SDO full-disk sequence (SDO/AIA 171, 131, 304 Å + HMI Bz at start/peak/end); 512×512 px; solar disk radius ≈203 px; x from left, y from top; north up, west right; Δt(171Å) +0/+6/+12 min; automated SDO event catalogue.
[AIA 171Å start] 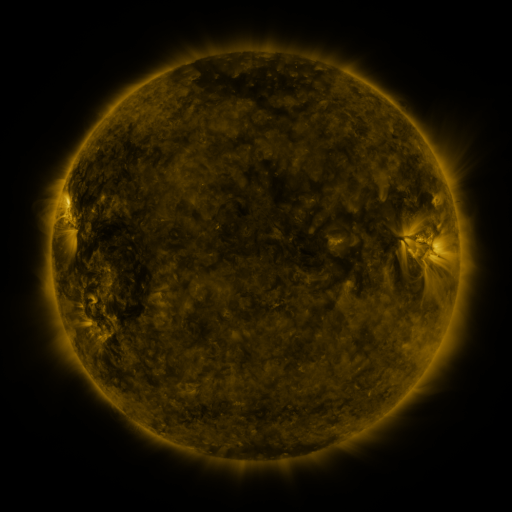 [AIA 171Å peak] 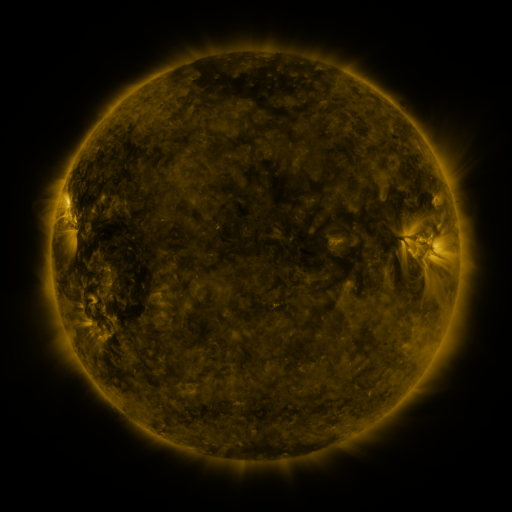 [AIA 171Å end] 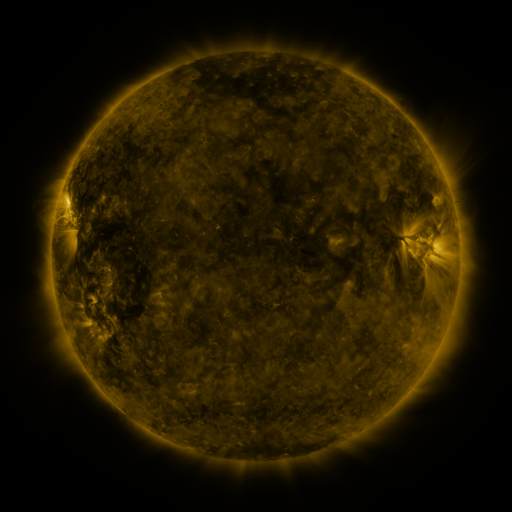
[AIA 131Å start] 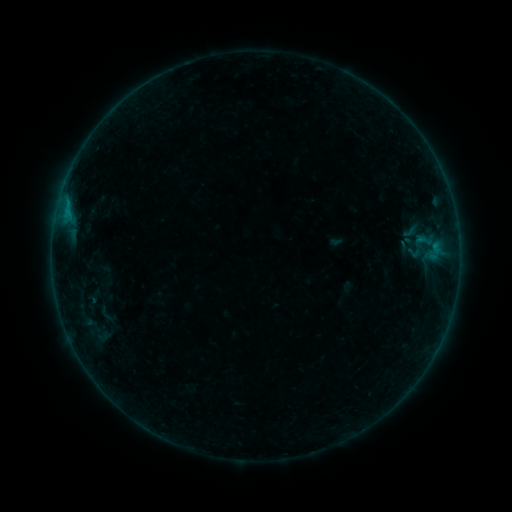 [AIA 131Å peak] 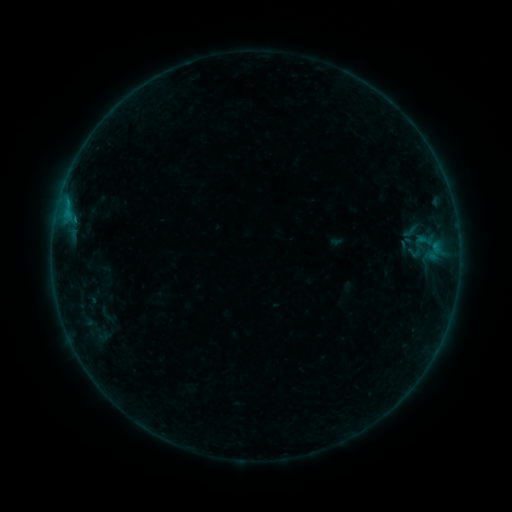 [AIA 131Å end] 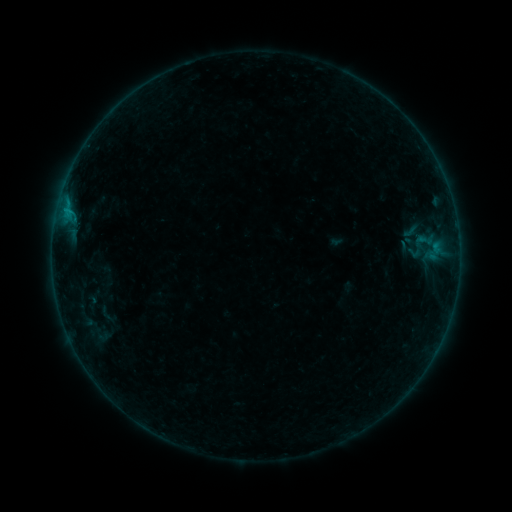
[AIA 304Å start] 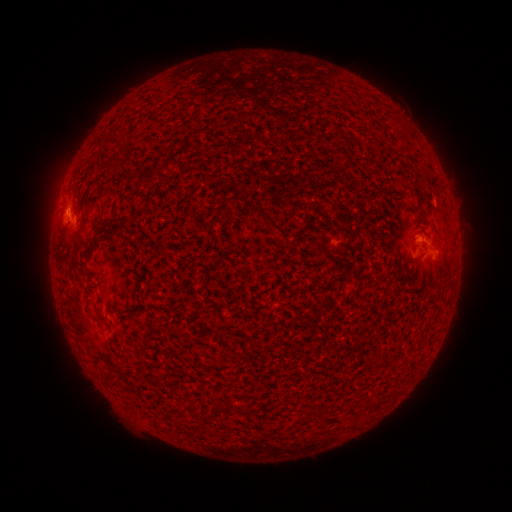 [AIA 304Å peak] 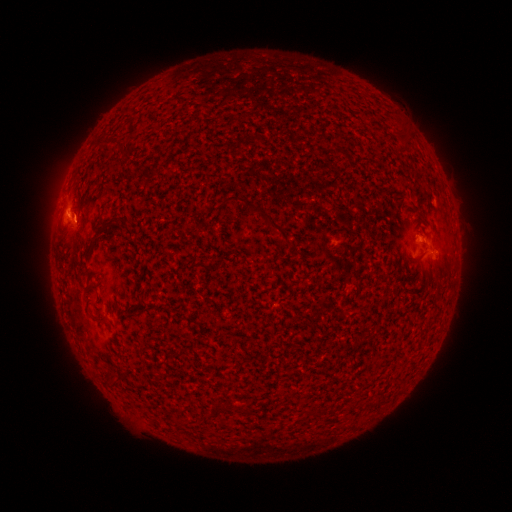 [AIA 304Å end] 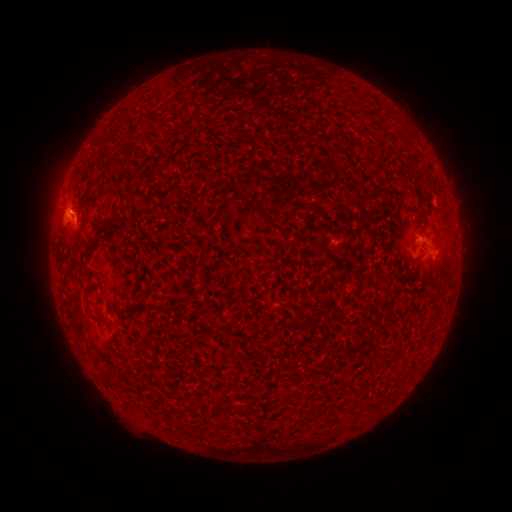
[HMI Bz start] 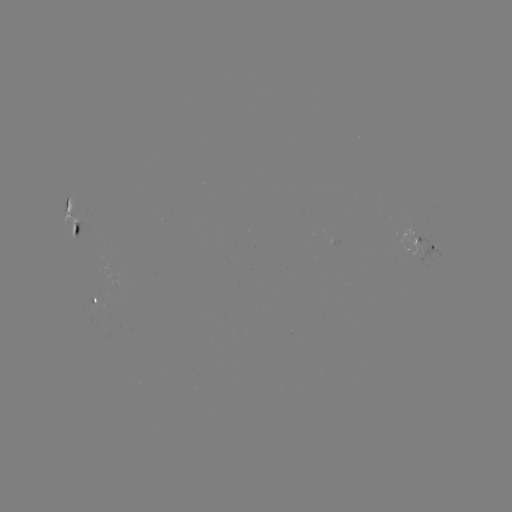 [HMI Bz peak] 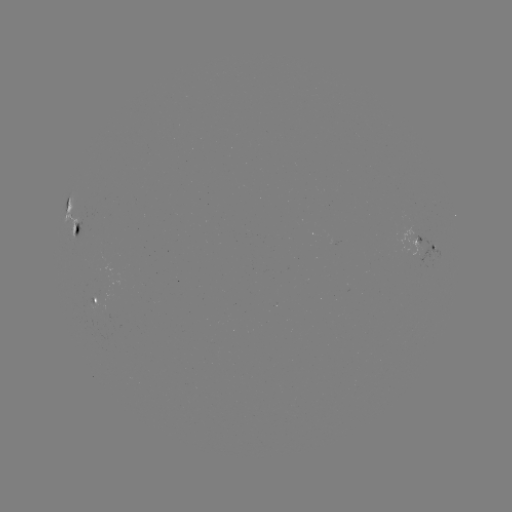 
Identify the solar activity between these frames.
B3.6 flare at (76, 221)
